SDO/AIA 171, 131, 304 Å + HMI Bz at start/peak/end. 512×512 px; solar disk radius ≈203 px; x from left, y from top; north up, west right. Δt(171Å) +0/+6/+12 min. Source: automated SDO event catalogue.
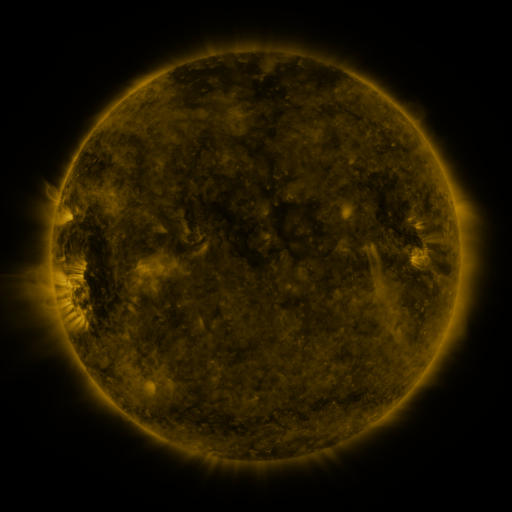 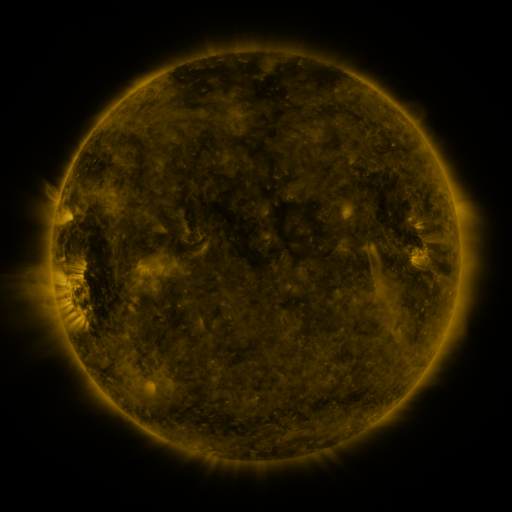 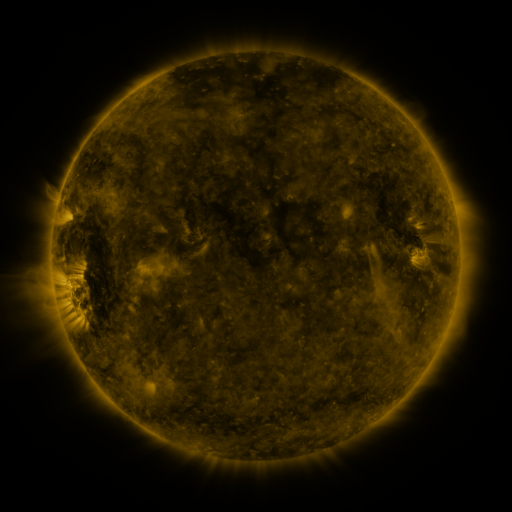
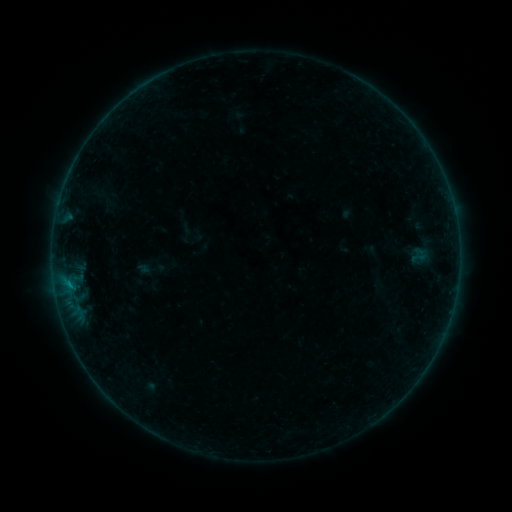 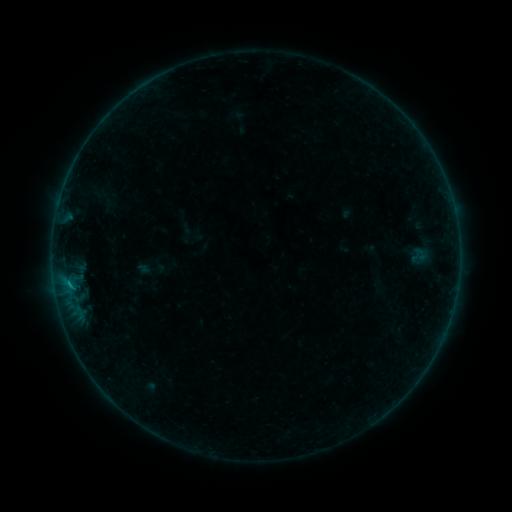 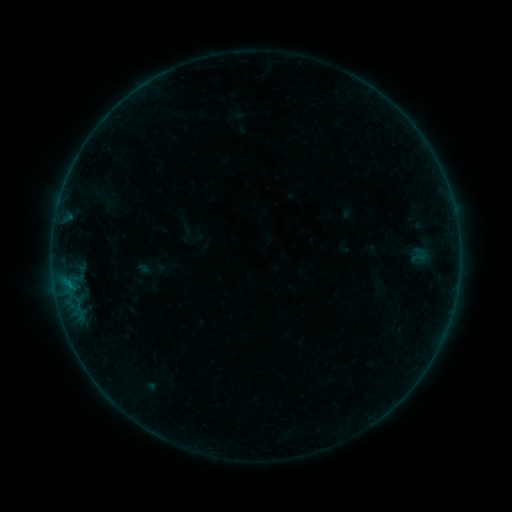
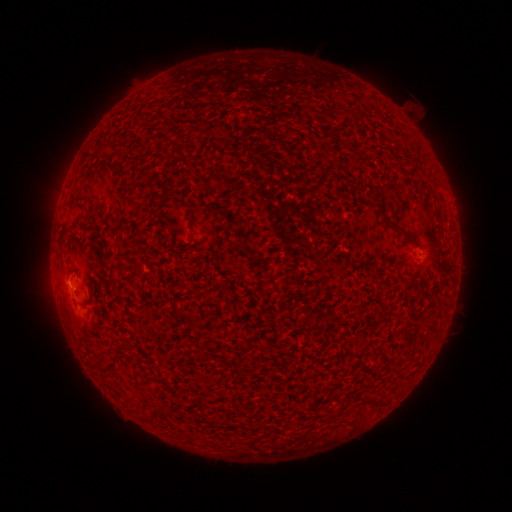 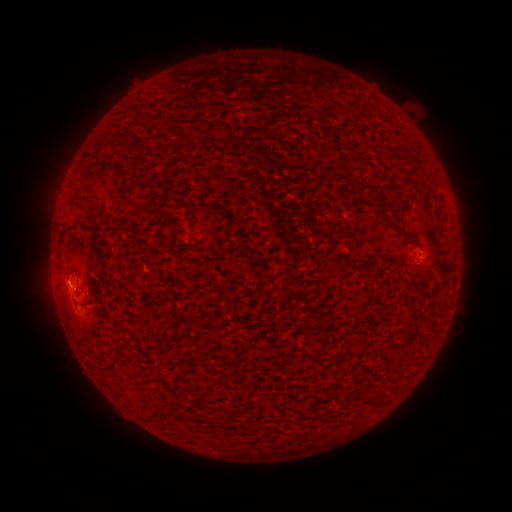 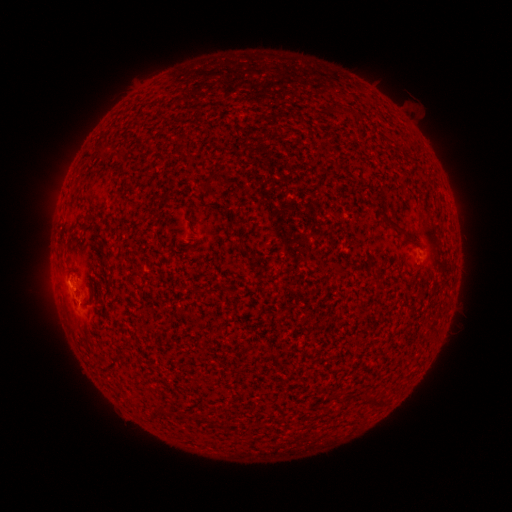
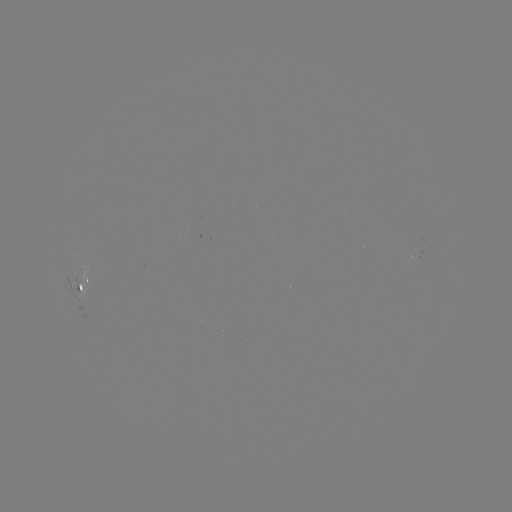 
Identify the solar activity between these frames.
B2.4 flare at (70, 282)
